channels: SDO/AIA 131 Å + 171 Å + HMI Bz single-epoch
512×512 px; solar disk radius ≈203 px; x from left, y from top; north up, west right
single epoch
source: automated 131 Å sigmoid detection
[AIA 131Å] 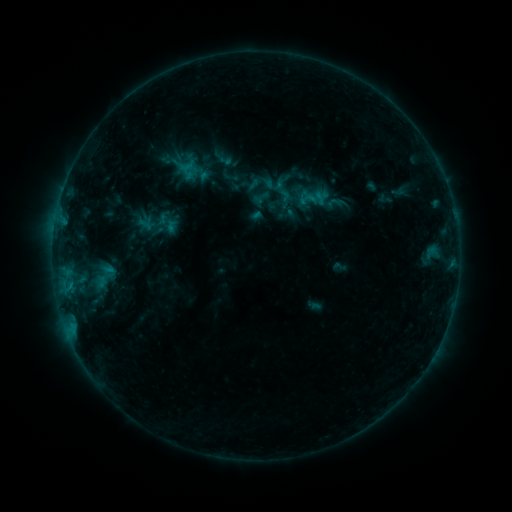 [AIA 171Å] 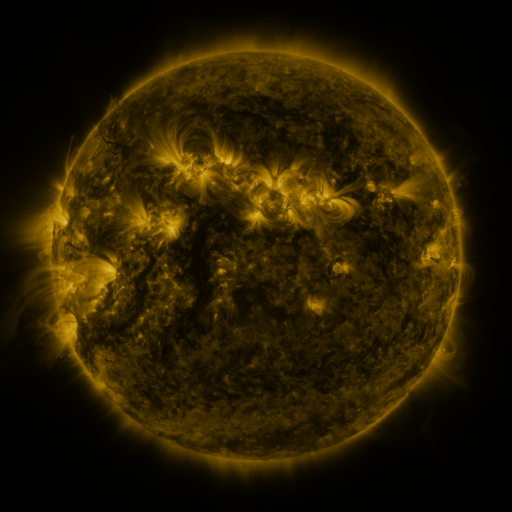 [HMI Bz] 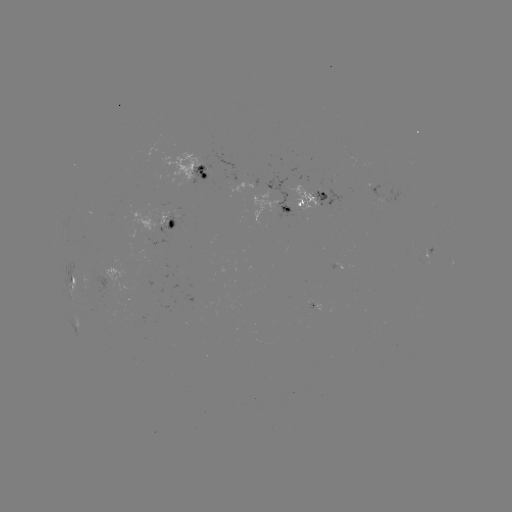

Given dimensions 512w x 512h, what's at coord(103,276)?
sigmoid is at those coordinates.